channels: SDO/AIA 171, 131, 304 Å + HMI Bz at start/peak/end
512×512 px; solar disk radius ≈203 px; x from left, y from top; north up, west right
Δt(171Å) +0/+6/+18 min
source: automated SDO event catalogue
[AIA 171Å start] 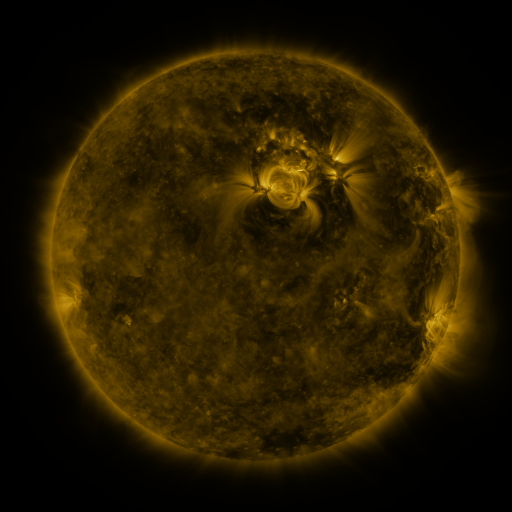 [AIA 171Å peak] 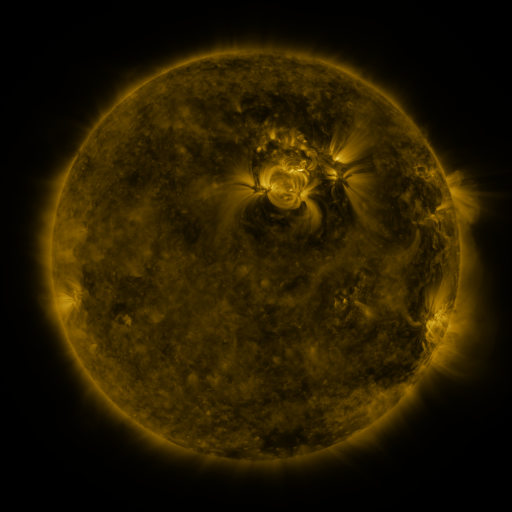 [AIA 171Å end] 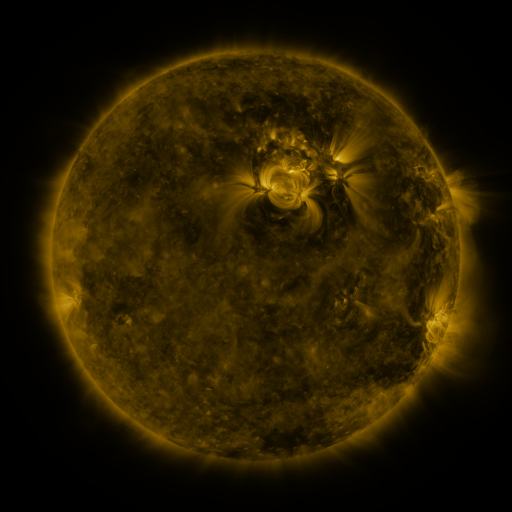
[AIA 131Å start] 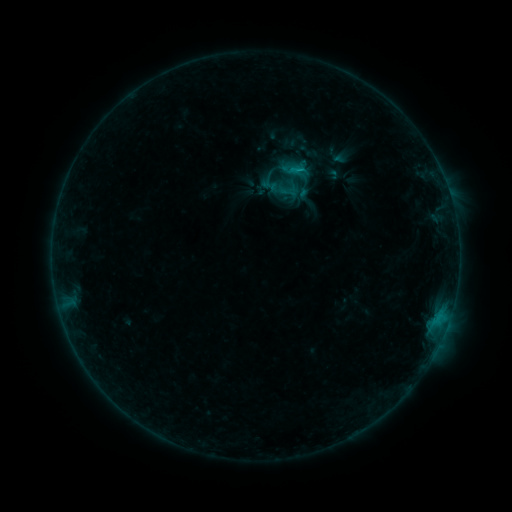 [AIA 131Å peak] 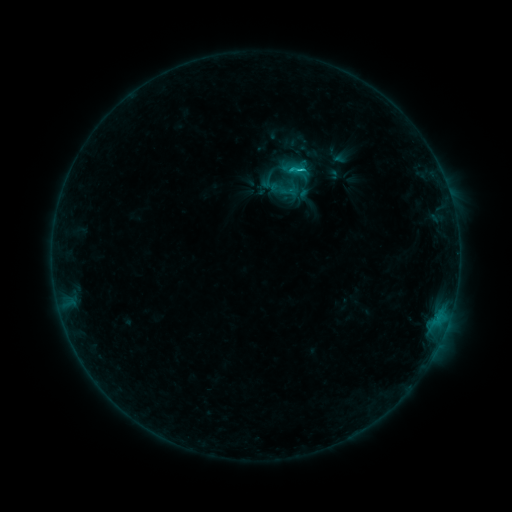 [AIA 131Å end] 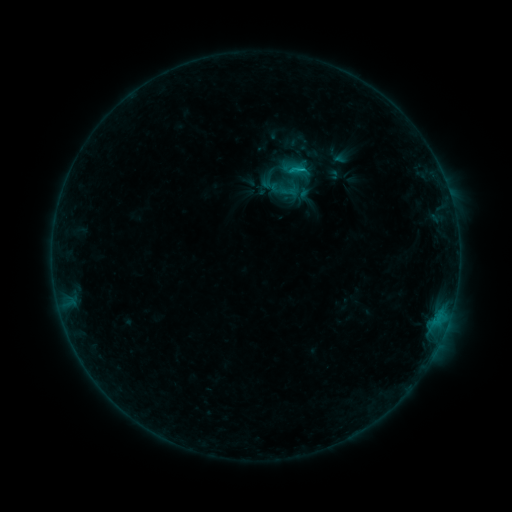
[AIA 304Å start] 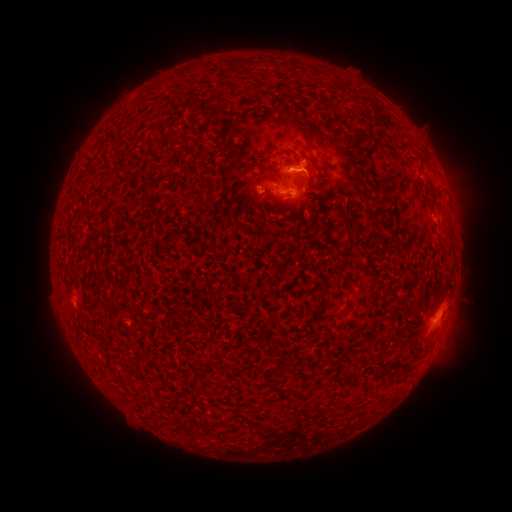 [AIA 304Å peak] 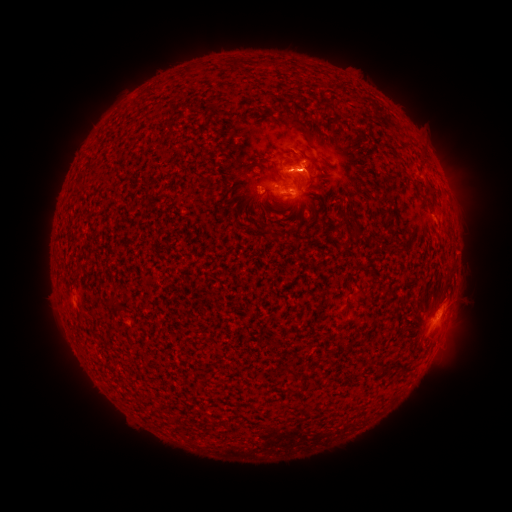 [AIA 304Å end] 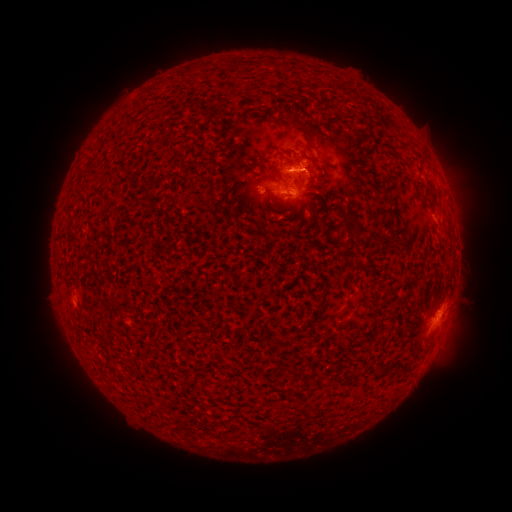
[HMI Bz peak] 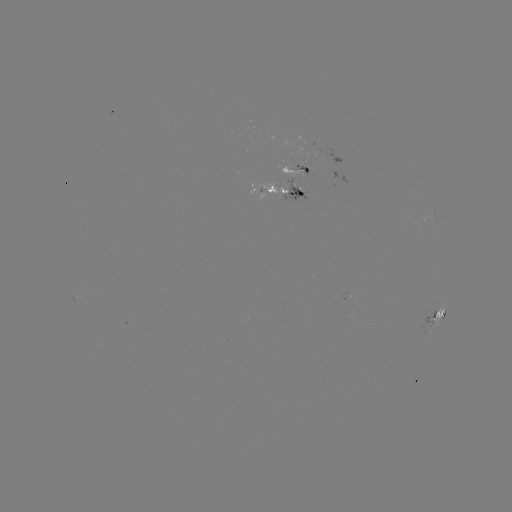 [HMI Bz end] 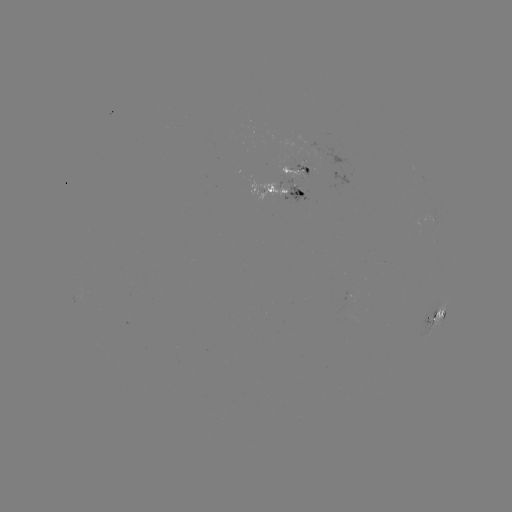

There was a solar flare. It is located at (218, 173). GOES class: C1.1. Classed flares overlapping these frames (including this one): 1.